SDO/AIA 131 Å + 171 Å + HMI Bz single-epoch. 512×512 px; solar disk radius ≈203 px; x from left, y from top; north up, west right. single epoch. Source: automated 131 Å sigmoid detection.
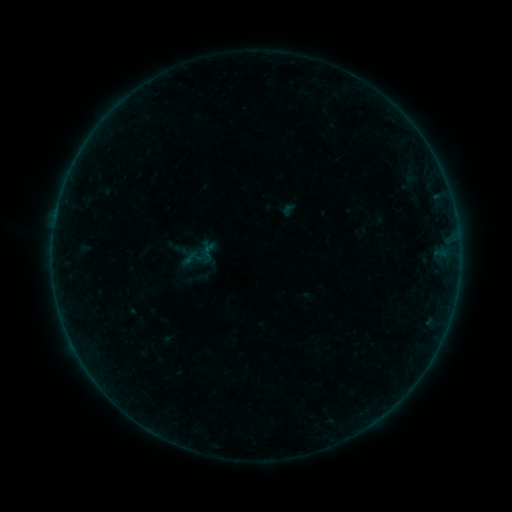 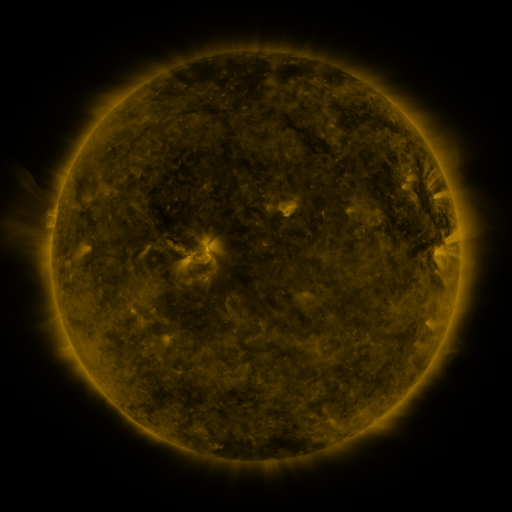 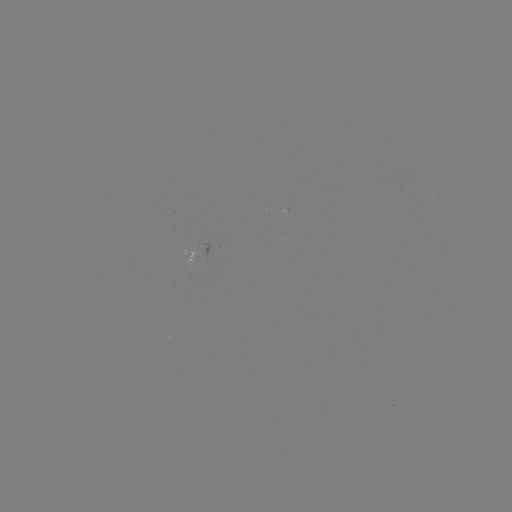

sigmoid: (197, 246, 215, 265)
